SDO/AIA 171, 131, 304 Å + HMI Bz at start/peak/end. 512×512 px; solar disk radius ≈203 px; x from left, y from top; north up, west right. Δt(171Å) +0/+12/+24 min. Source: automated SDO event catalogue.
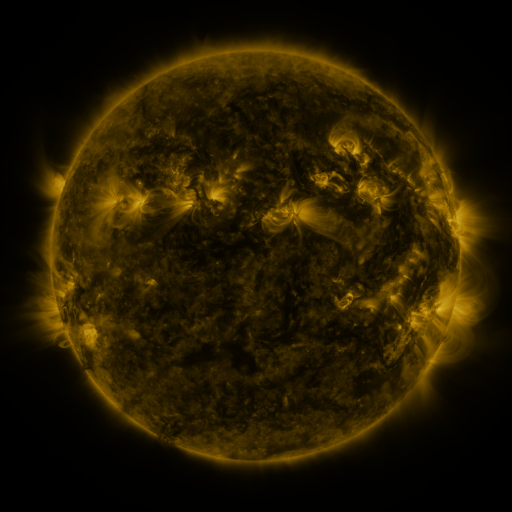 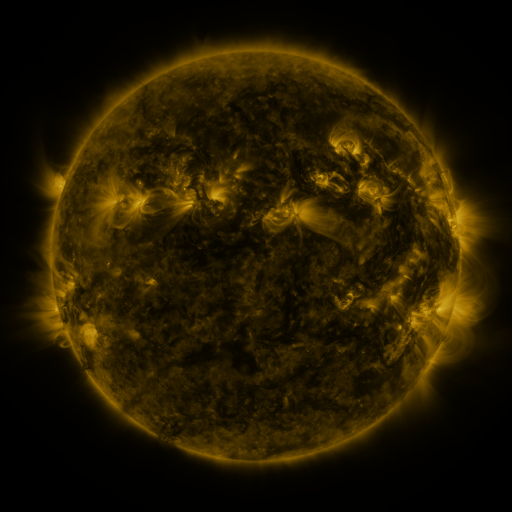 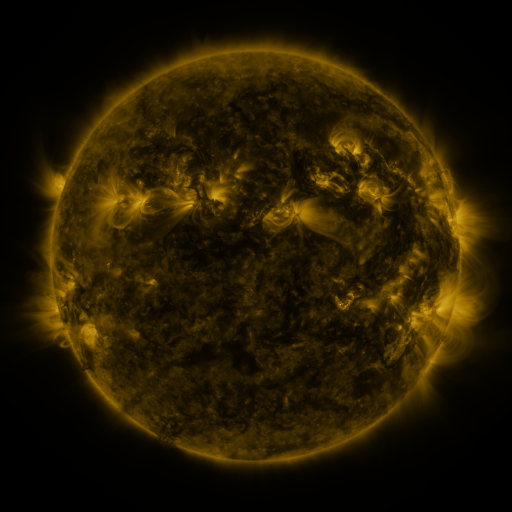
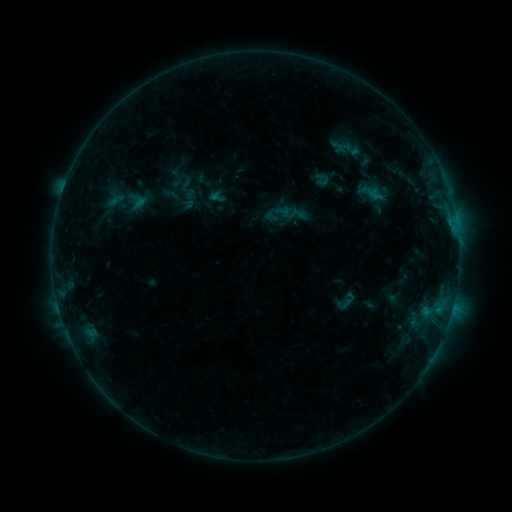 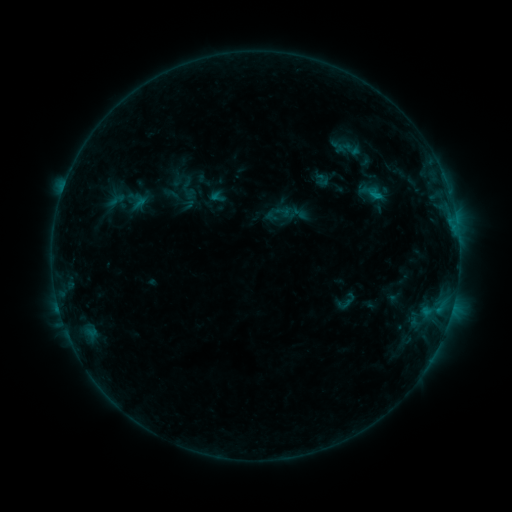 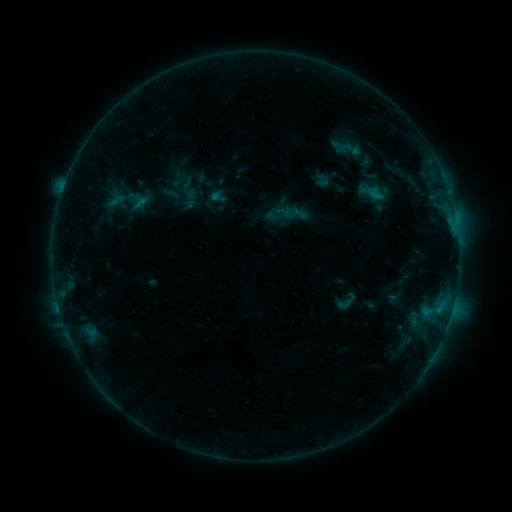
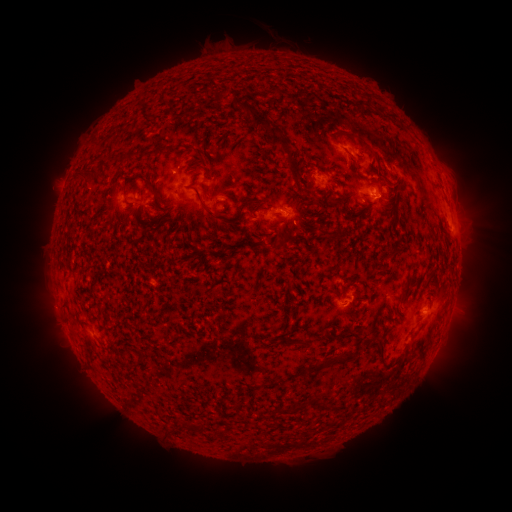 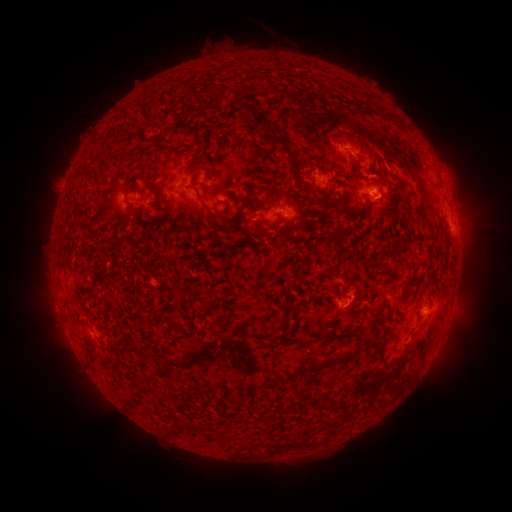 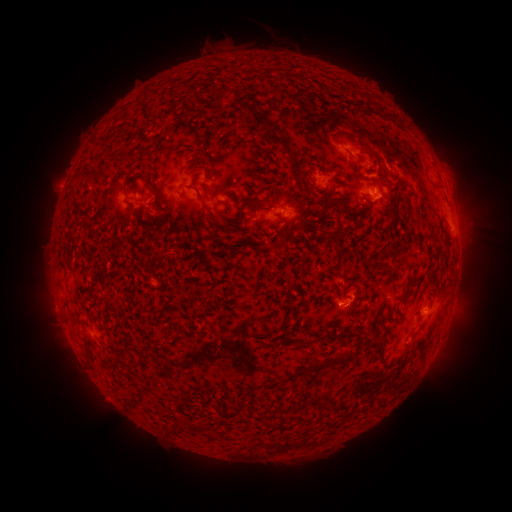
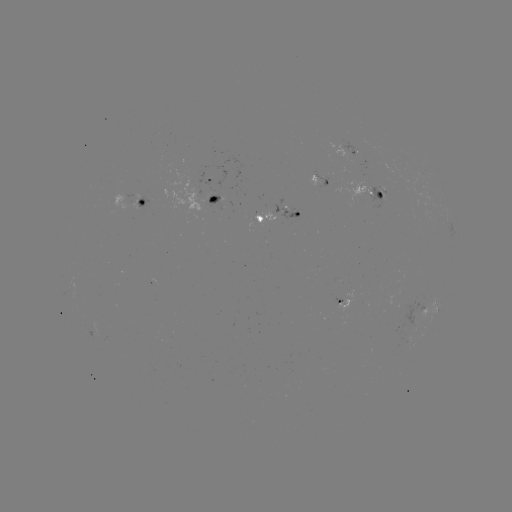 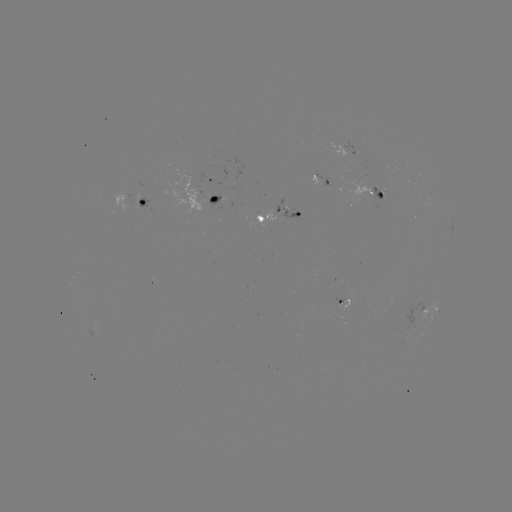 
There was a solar flare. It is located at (376, 197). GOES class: B6.8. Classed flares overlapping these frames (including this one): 1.